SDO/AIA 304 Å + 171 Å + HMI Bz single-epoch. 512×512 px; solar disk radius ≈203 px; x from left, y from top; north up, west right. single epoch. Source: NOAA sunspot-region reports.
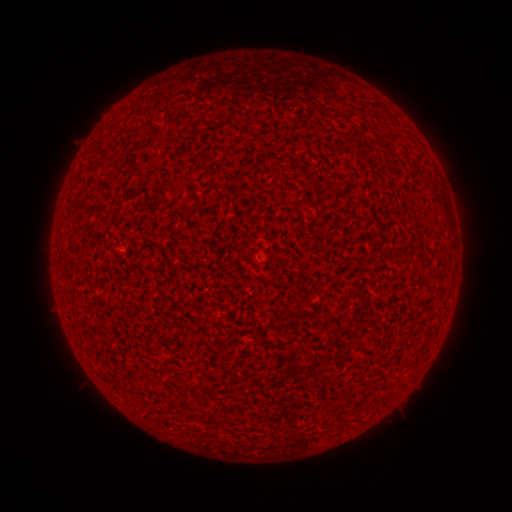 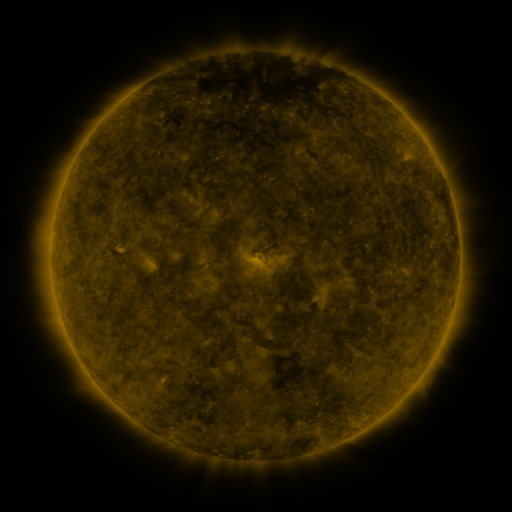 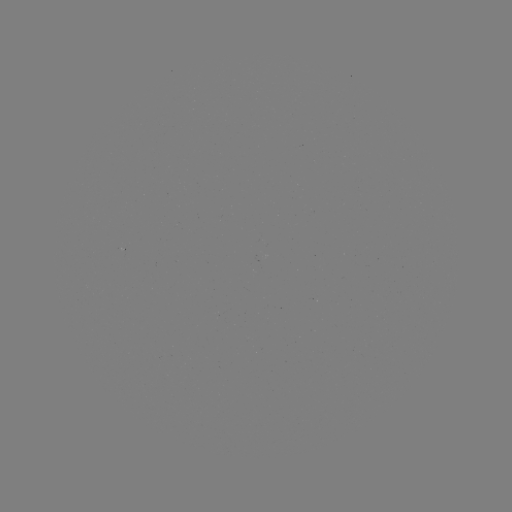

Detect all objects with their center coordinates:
(none)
